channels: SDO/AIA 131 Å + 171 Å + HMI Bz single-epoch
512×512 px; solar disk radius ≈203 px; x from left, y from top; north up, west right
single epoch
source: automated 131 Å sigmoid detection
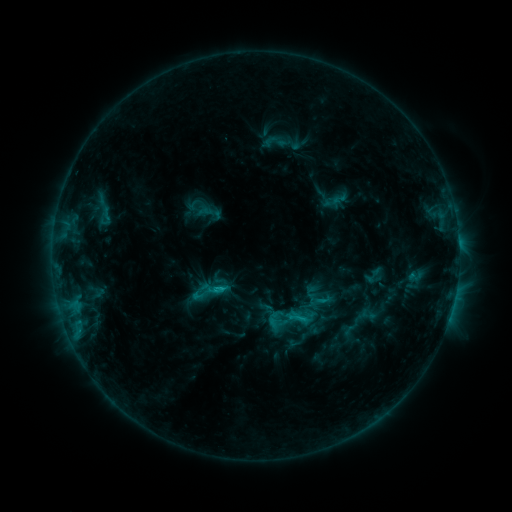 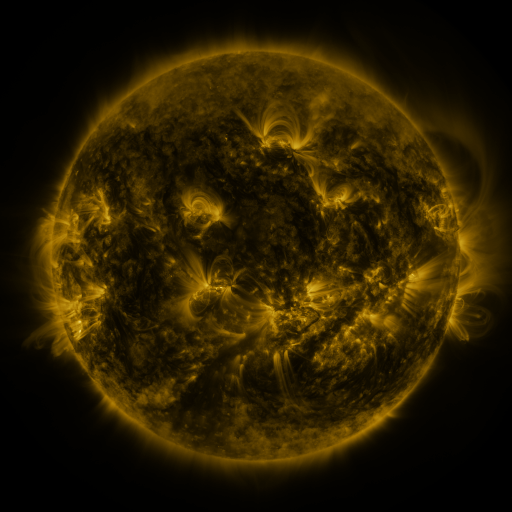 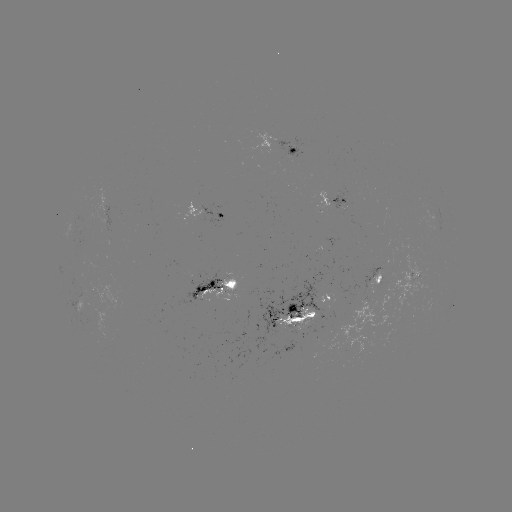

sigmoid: [290, 307, 310, 327]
